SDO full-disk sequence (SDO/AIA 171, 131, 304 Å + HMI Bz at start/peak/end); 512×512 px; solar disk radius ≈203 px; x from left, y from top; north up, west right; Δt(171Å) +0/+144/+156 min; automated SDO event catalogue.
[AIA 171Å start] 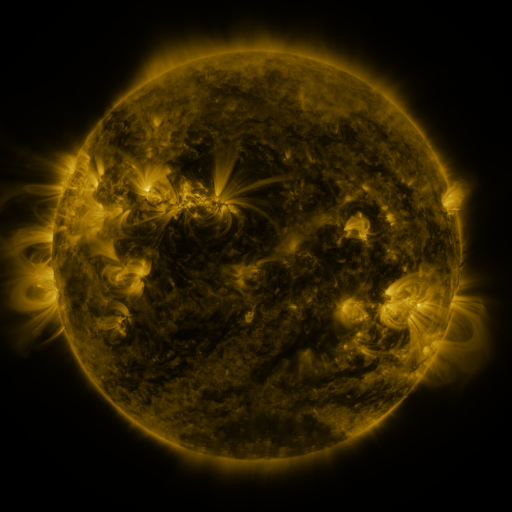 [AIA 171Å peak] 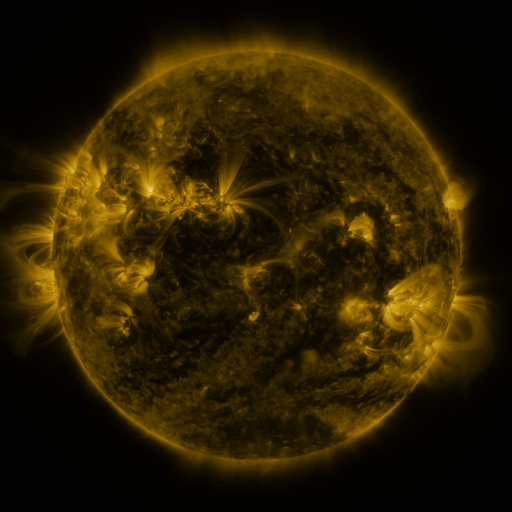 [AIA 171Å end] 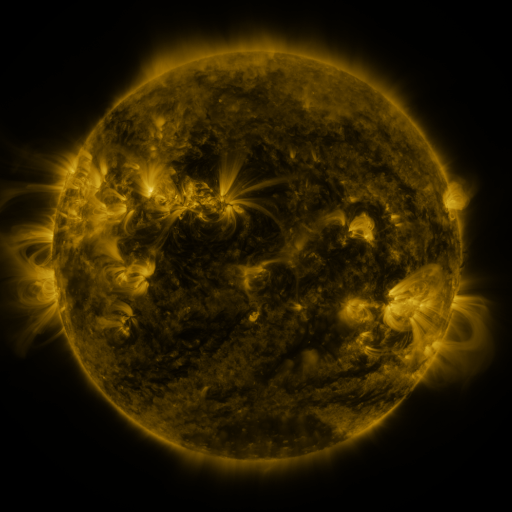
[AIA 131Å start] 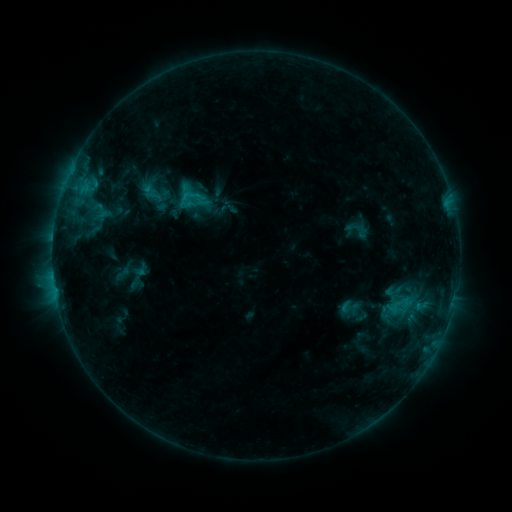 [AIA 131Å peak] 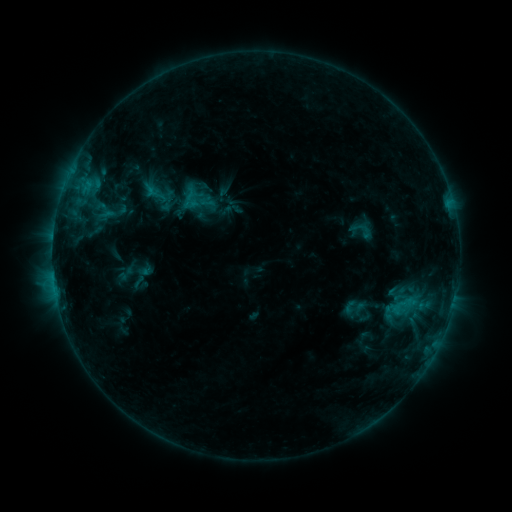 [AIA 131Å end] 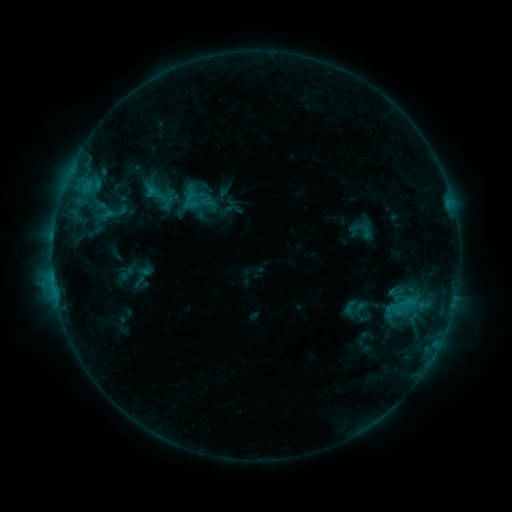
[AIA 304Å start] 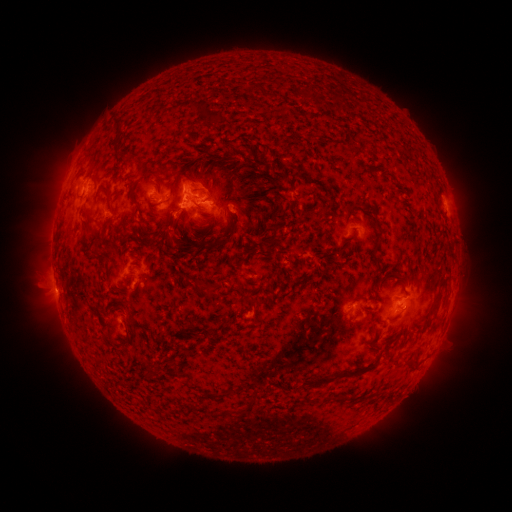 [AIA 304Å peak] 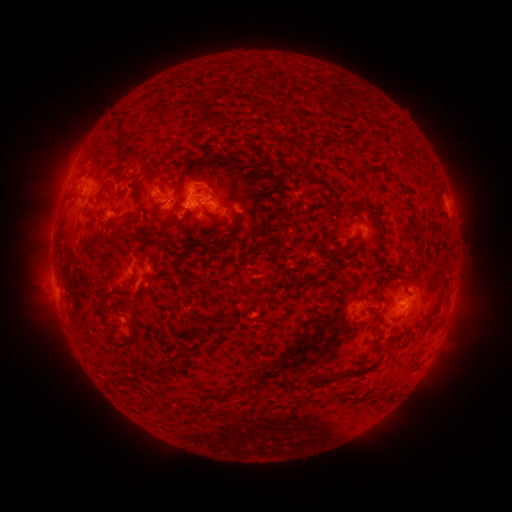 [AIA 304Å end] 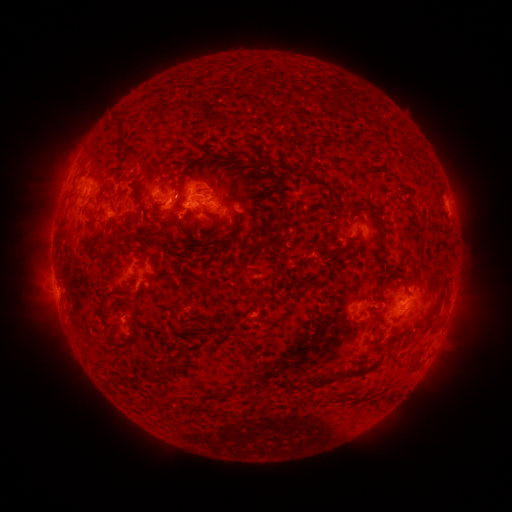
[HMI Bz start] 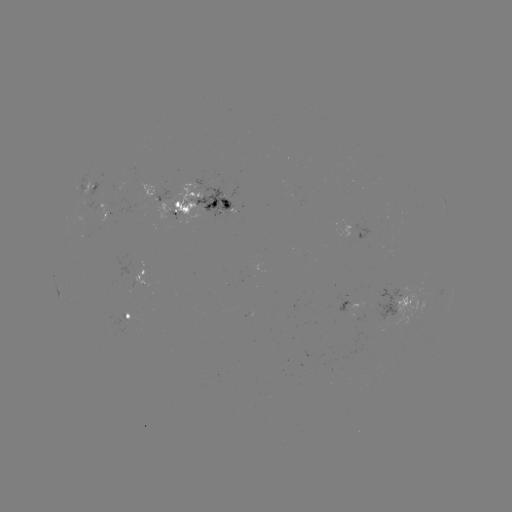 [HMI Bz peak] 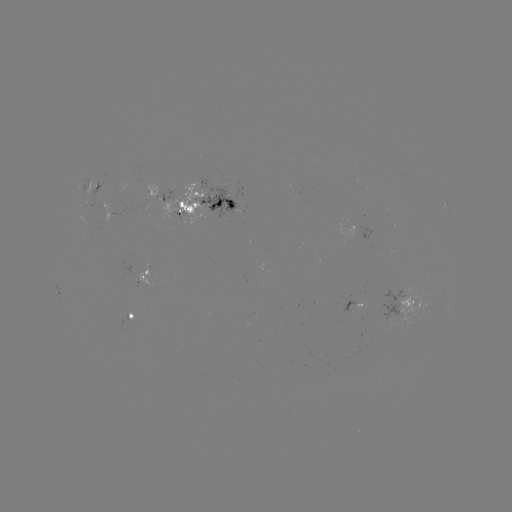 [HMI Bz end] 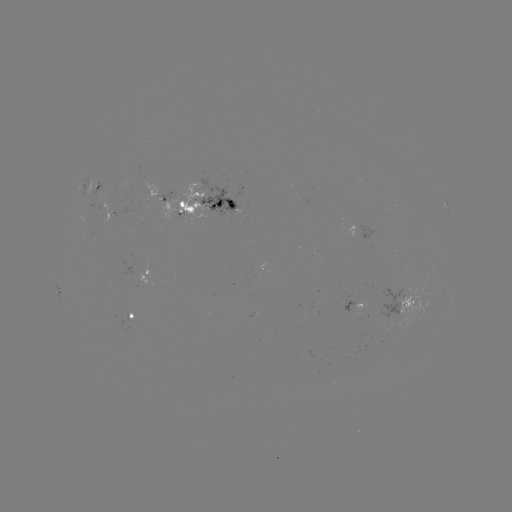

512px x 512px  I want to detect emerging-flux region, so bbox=[120, 313, 131, 322].